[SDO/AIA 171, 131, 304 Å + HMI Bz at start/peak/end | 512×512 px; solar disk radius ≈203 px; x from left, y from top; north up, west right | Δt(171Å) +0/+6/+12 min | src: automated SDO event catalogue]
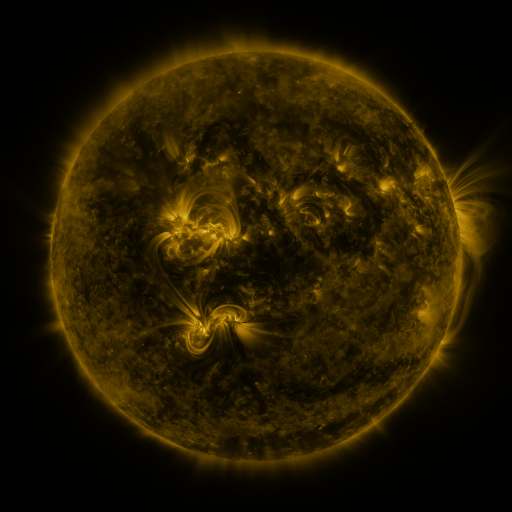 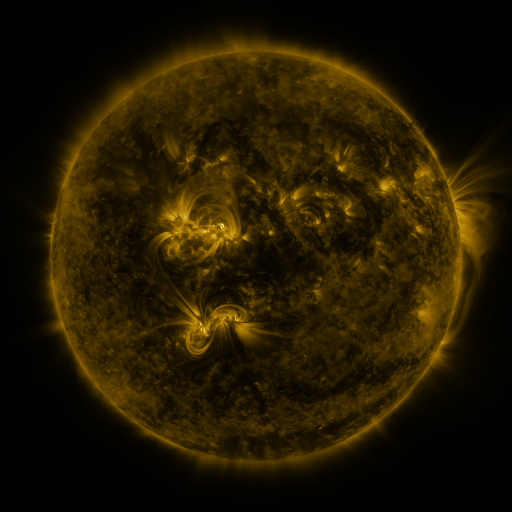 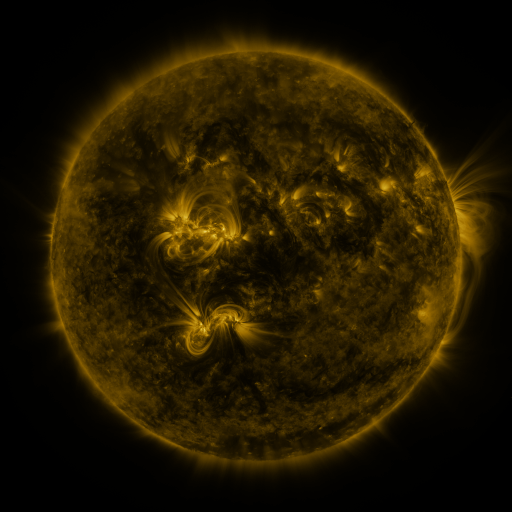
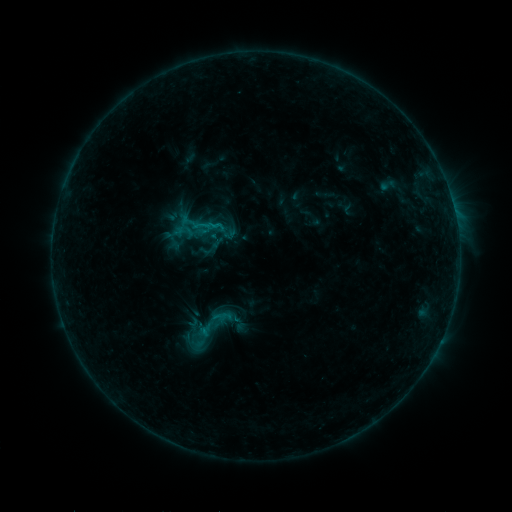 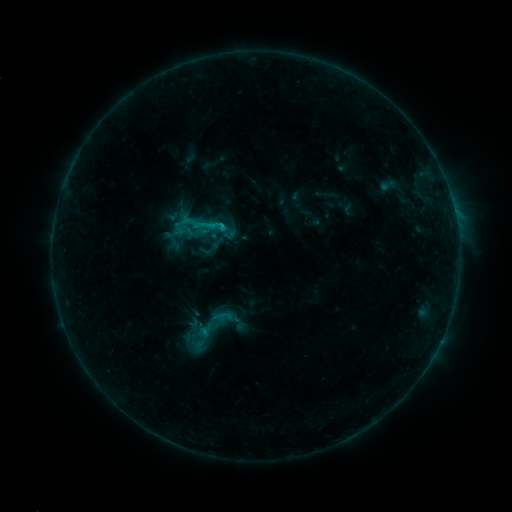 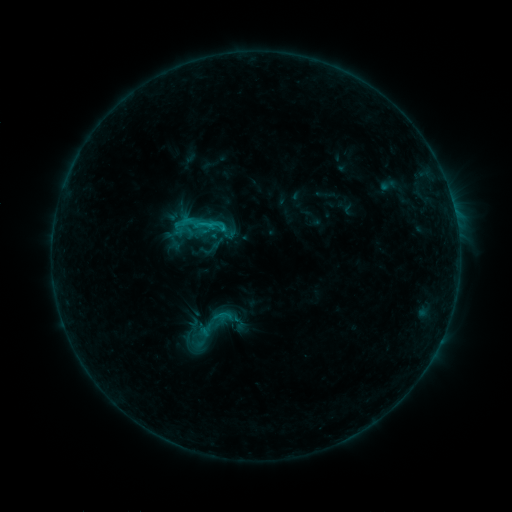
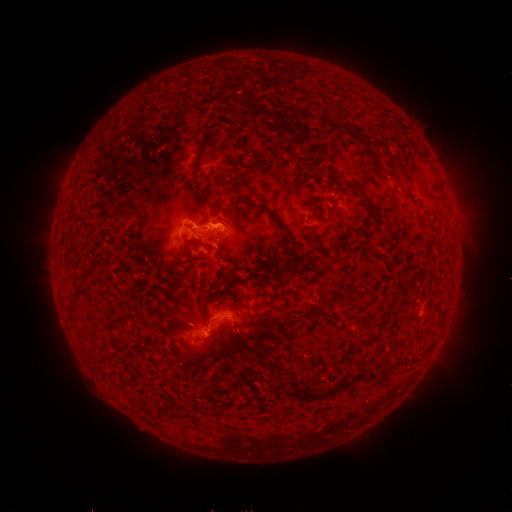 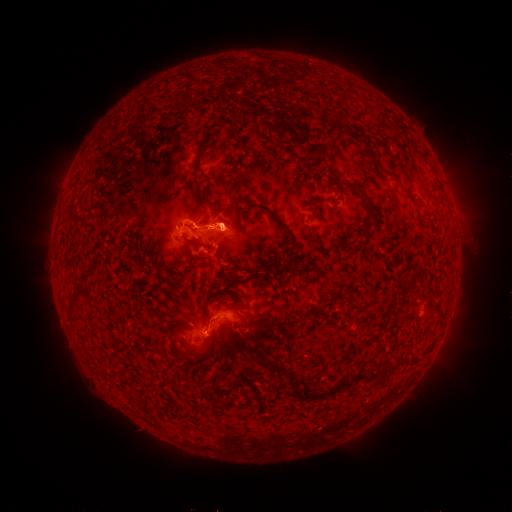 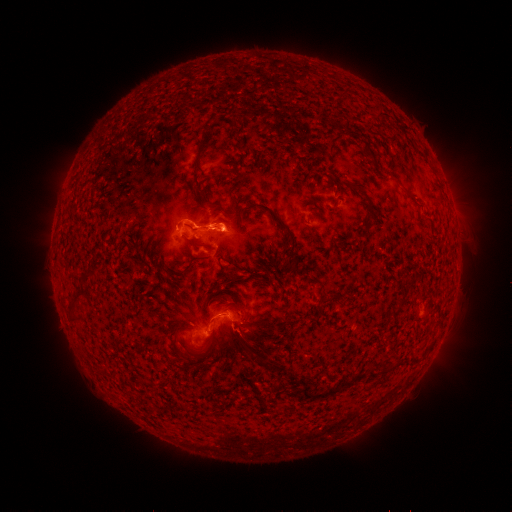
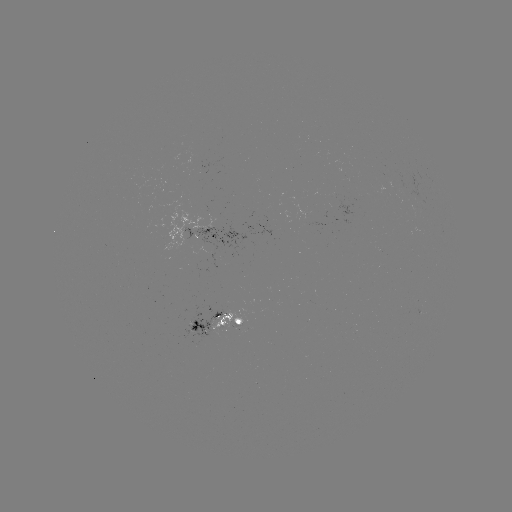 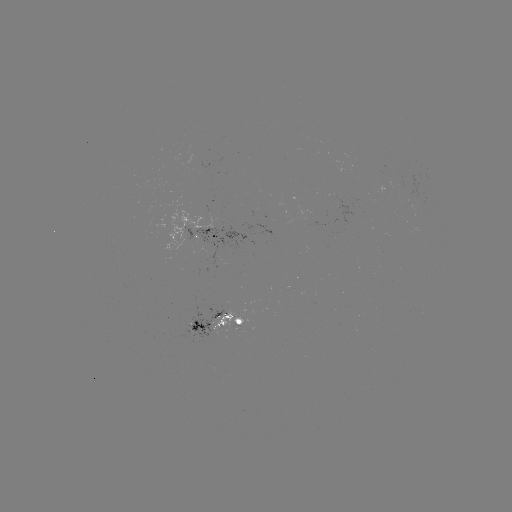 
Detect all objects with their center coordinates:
eruption: (231, 225)
